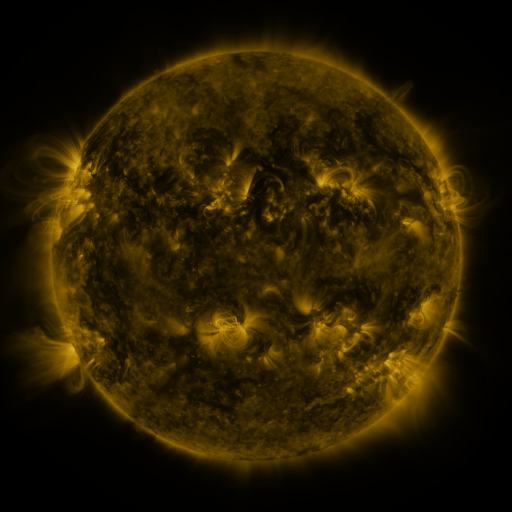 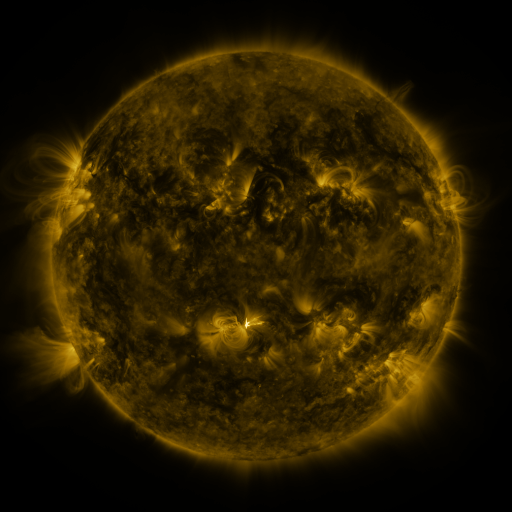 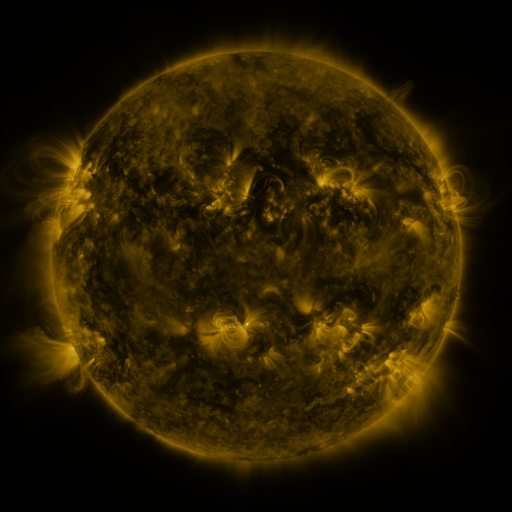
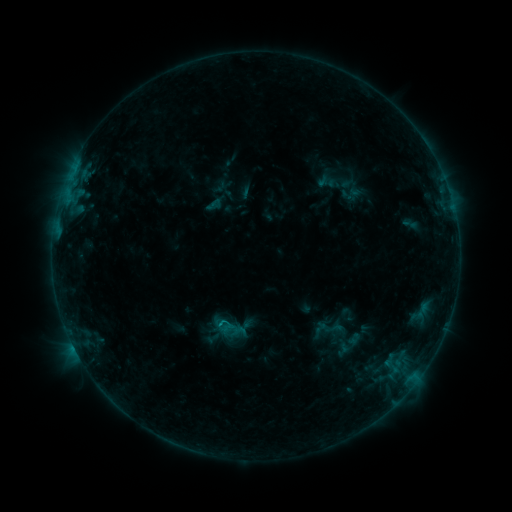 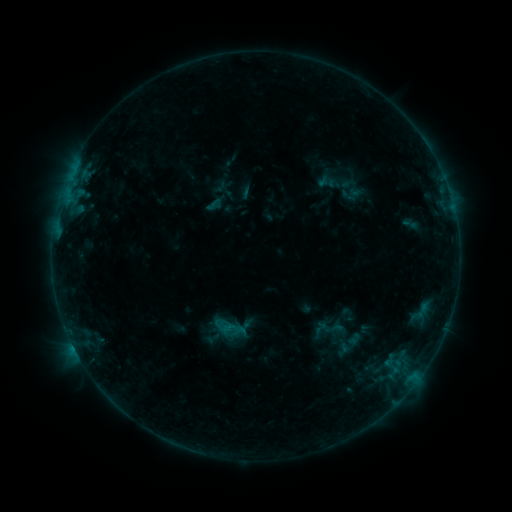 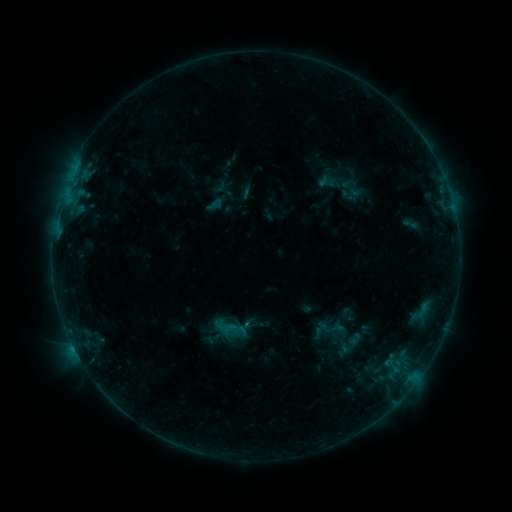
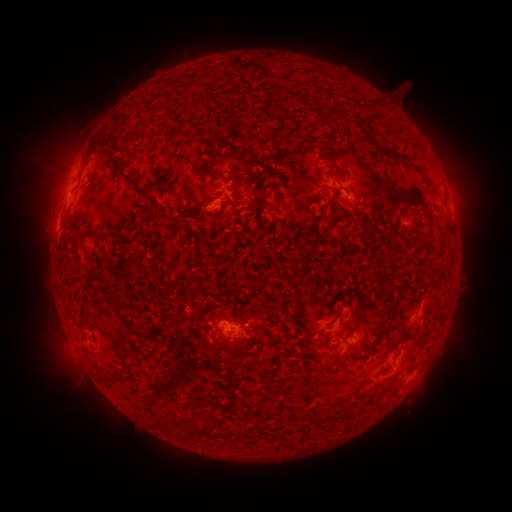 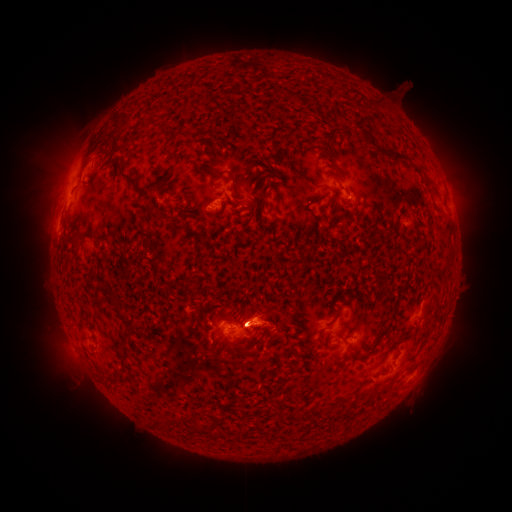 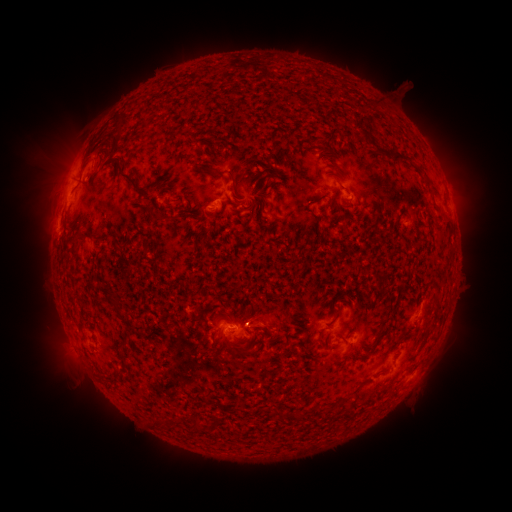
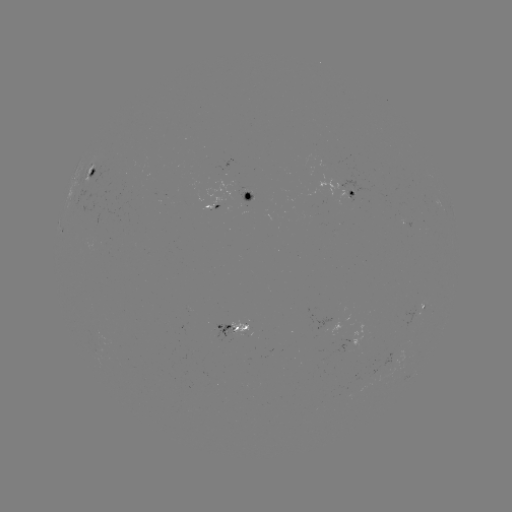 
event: flare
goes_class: C4.5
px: (249, 323)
